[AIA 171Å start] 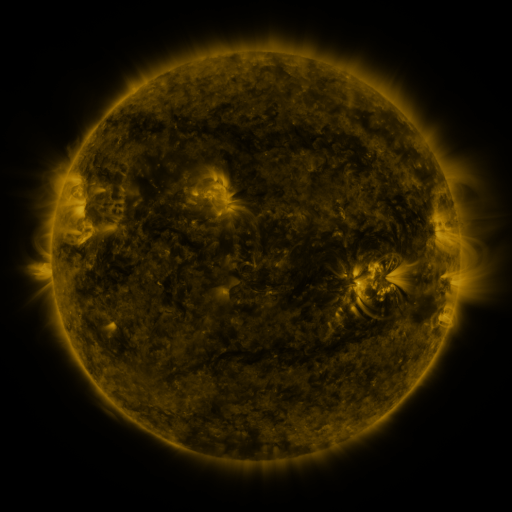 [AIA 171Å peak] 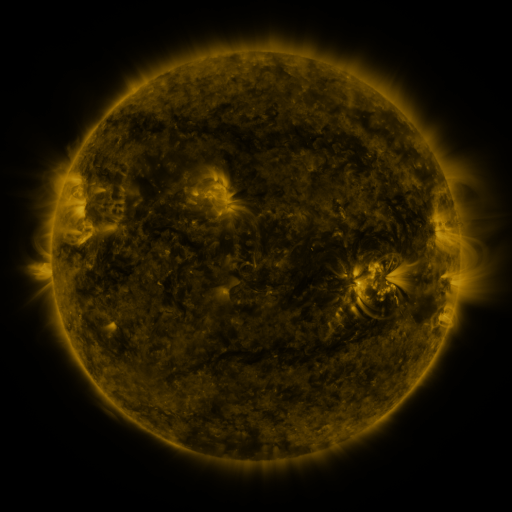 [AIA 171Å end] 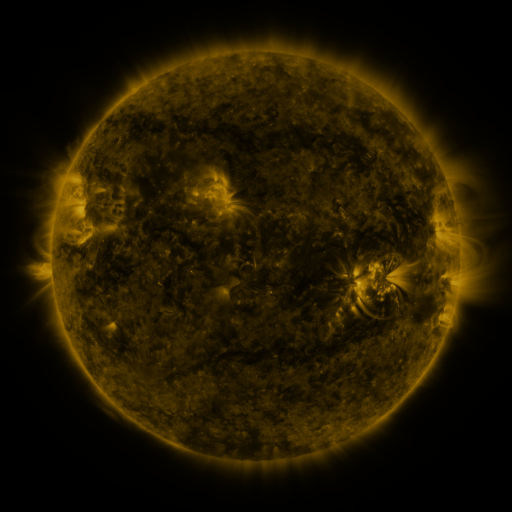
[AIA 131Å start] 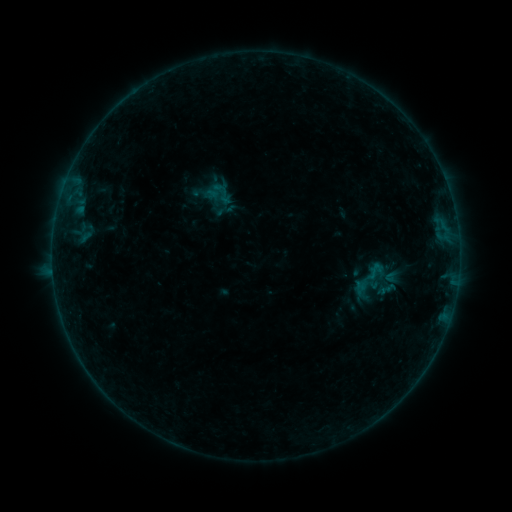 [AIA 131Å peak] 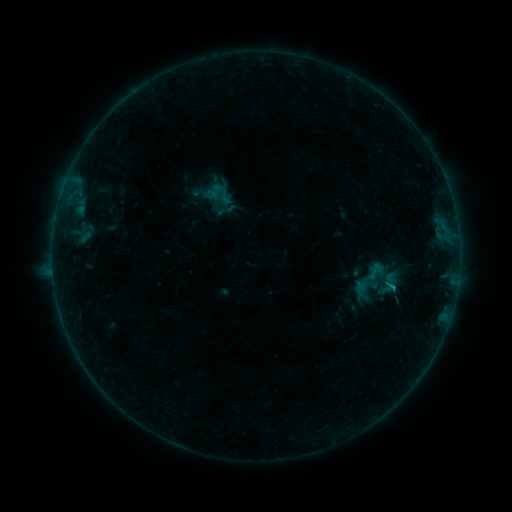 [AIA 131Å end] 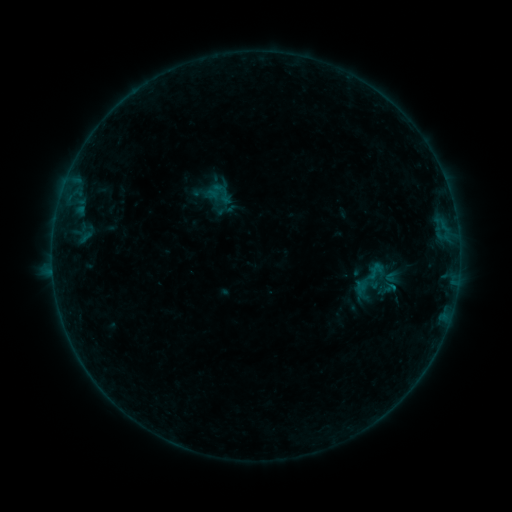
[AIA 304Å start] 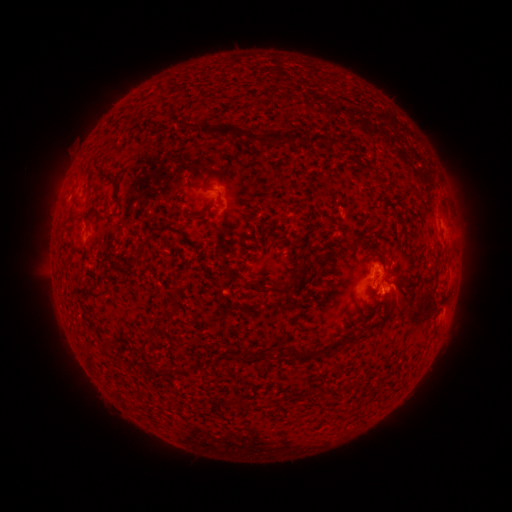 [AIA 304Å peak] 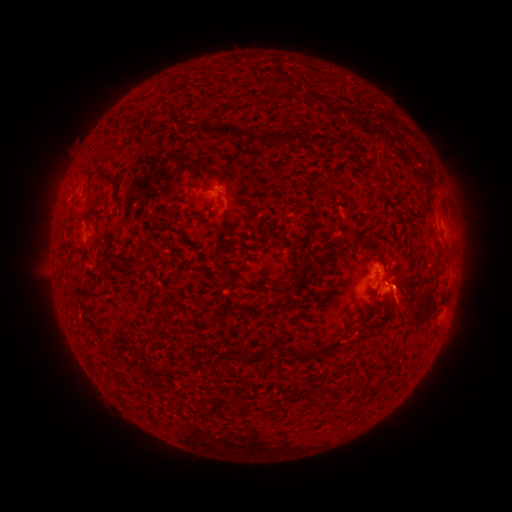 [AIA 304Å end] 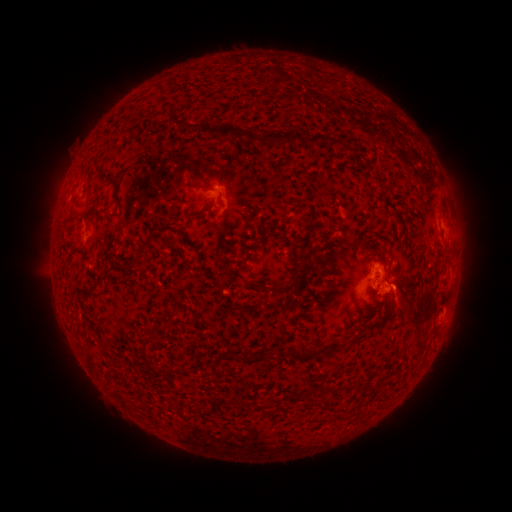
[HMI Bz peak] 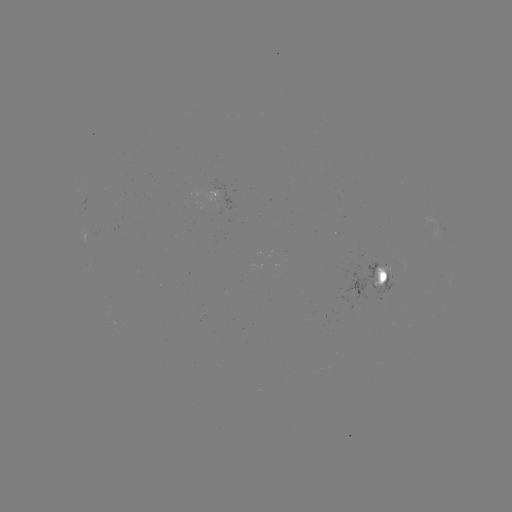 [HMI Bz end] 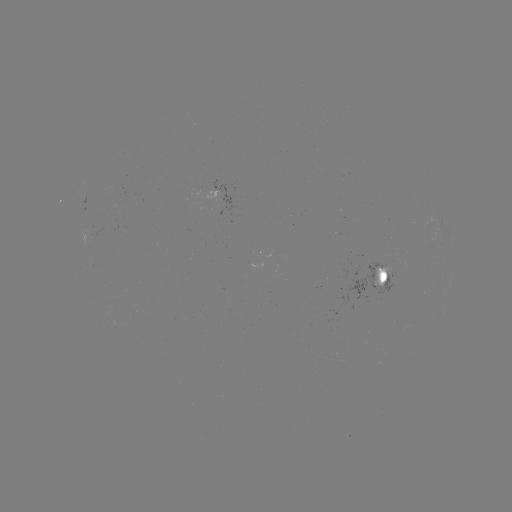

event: flare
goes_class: B3.0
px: (393, 287)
